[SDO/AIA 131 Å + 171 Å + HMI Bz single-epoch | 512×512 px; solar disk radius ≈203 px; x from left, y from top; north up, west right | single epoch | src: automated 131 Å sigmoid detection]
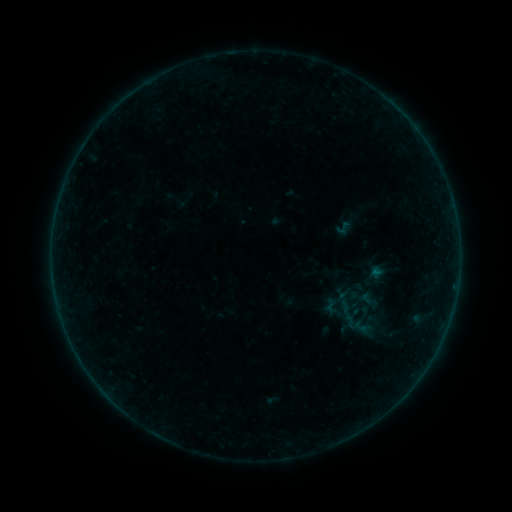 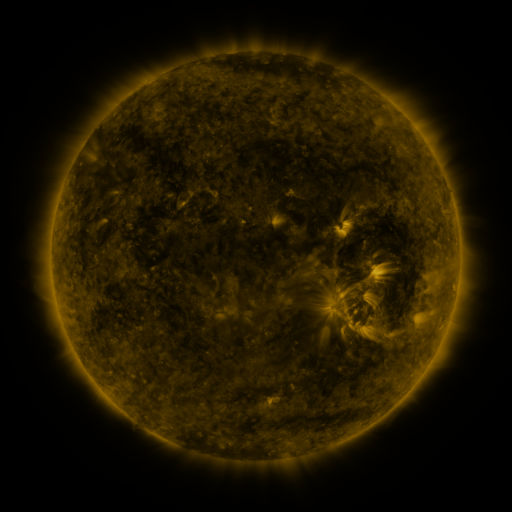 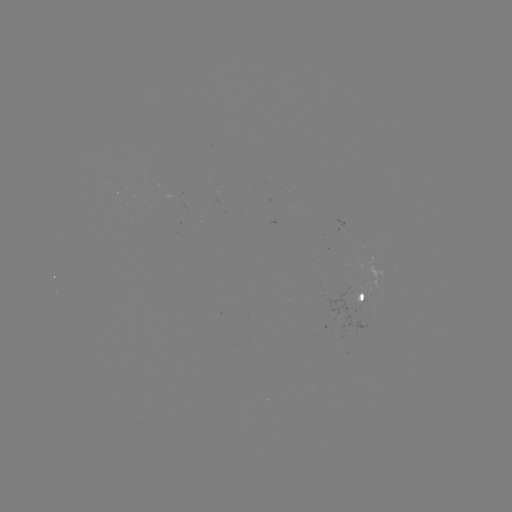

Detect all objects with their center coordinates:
sigmoid: (343, 228)
